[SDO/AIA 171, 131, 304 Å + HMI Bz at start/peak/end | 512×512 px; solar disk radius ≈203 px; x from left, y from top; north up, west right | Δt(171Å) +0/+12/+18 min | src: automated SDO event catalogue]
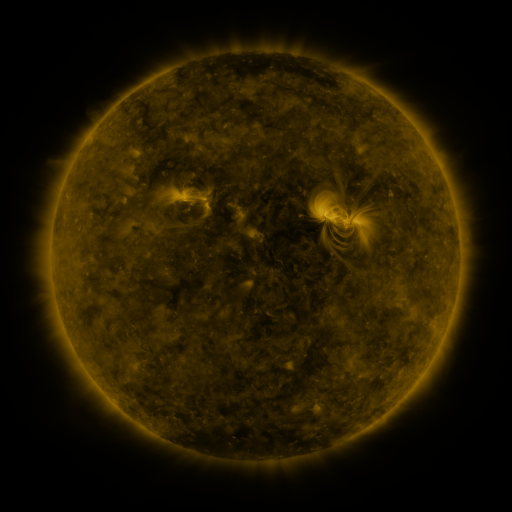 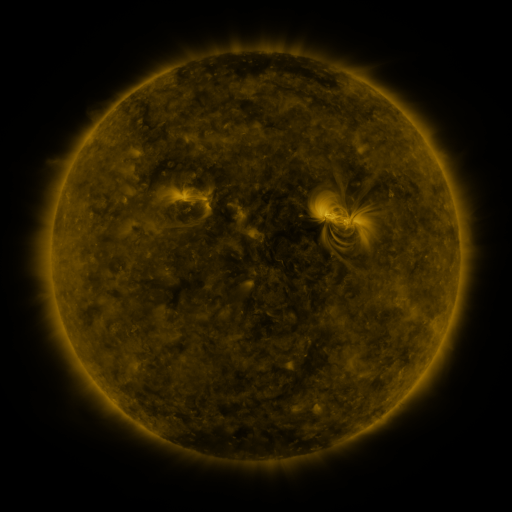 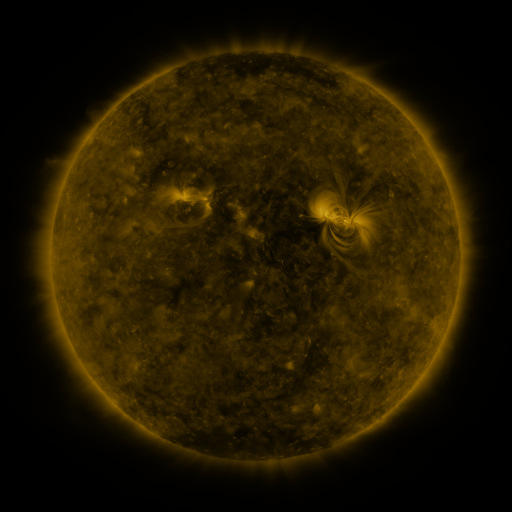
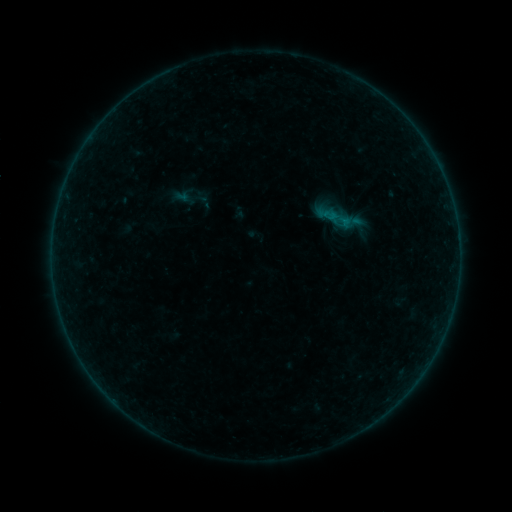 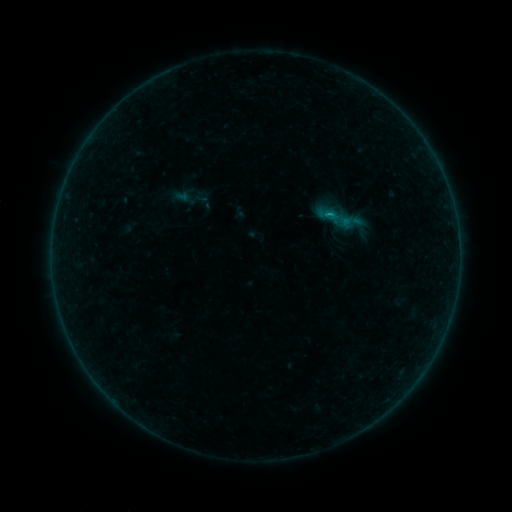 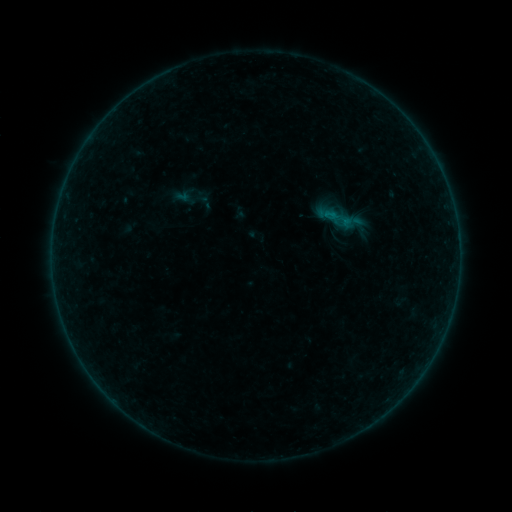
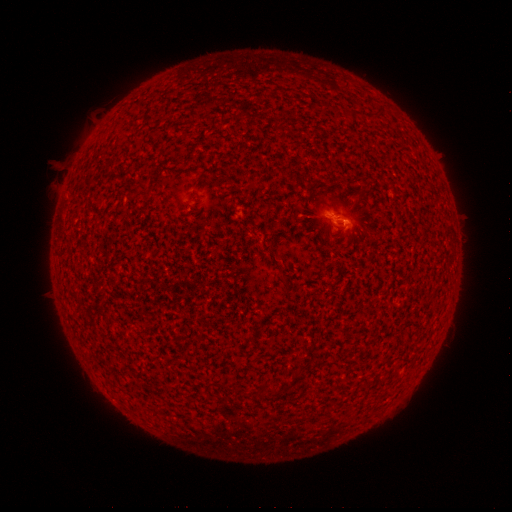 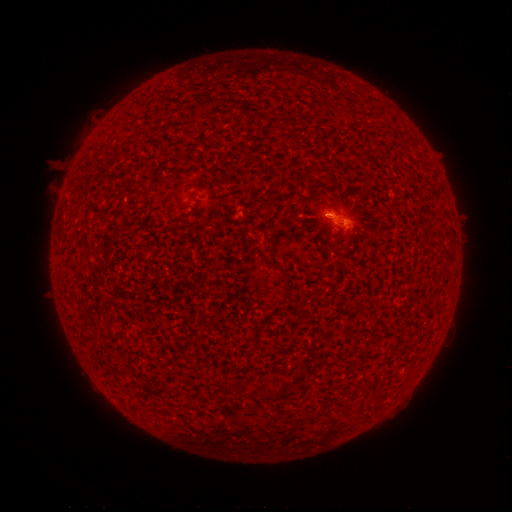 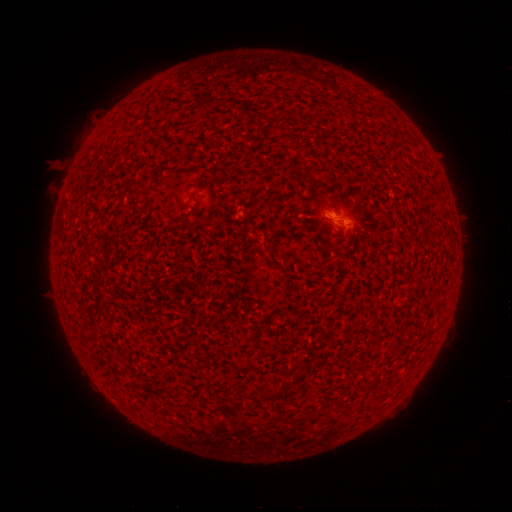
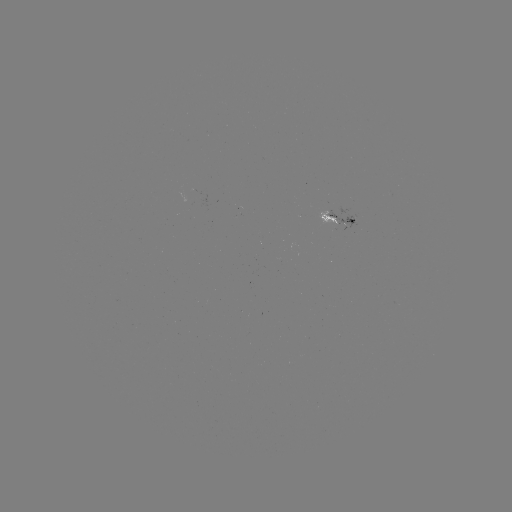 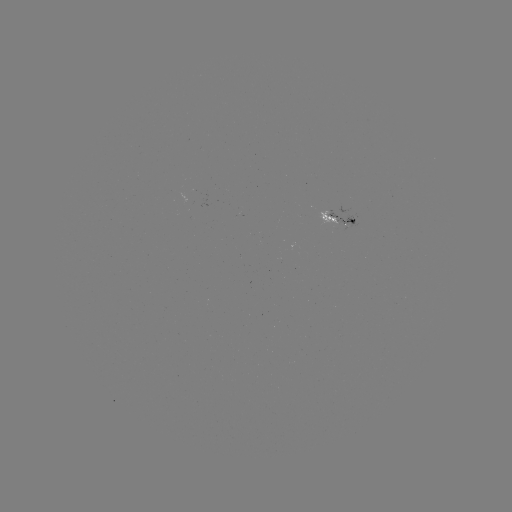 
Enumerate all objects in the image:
B2.2 flare: (328, 216)
